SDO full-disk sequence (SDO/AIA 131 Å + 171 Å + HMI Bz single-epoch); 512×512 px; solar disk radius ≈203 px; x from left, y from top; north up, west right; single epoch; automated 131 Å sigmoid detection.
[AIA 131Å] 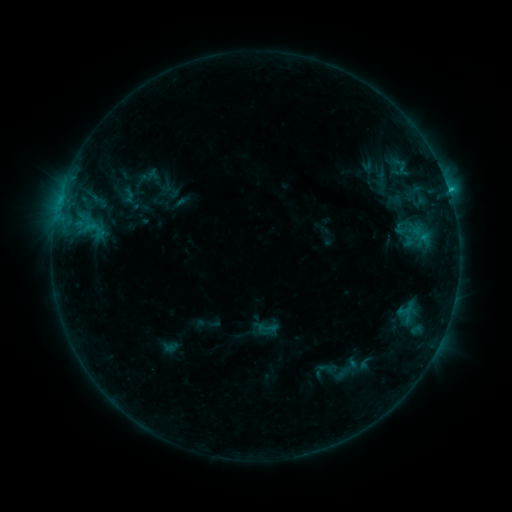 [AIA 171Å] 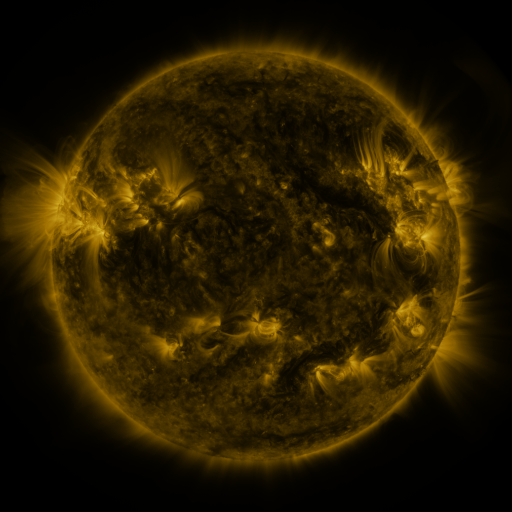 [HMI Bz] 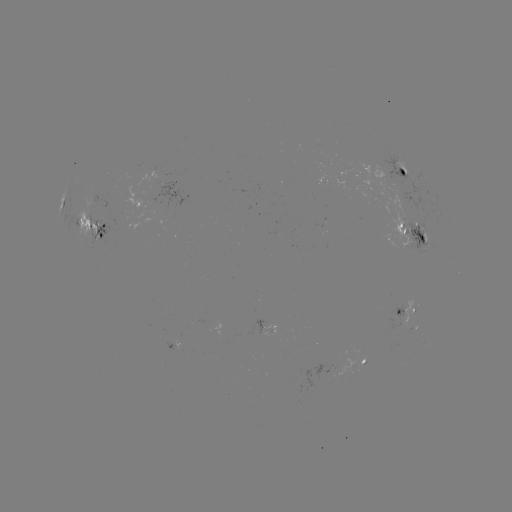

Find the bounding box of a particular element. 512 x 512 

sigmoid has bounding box [404, 224, 426, 242].